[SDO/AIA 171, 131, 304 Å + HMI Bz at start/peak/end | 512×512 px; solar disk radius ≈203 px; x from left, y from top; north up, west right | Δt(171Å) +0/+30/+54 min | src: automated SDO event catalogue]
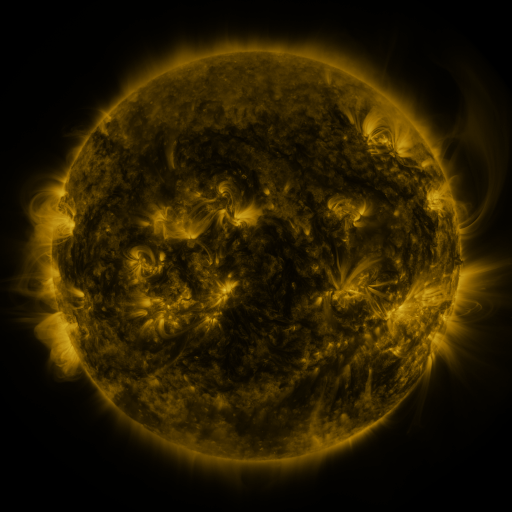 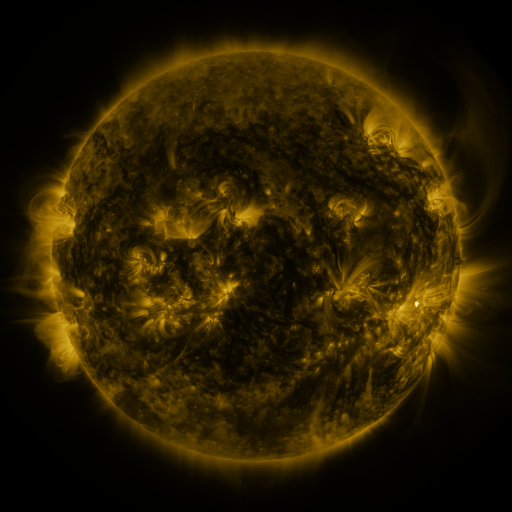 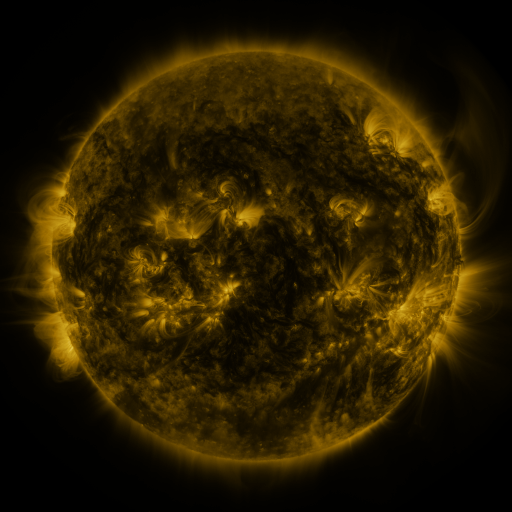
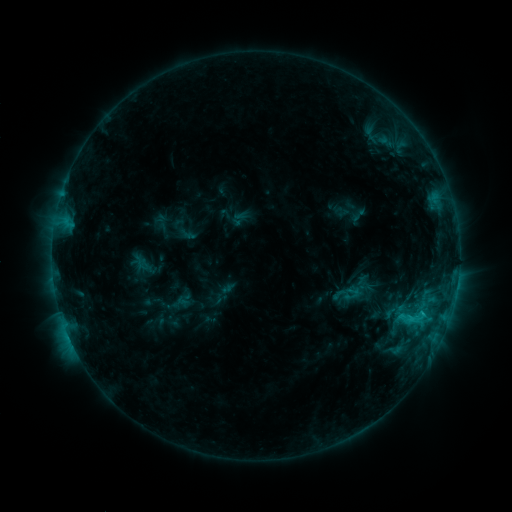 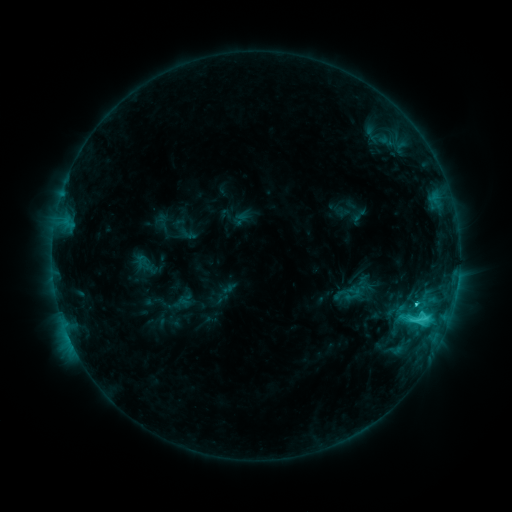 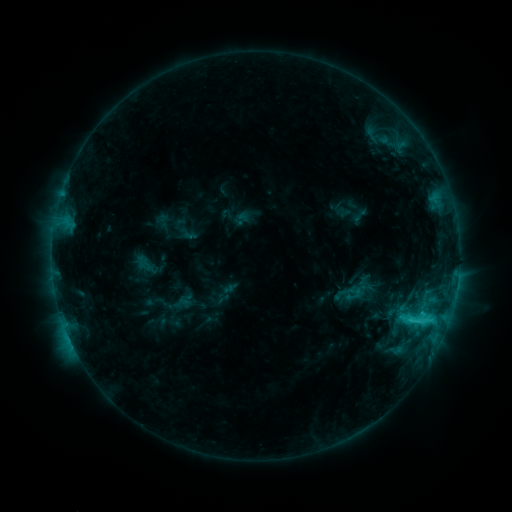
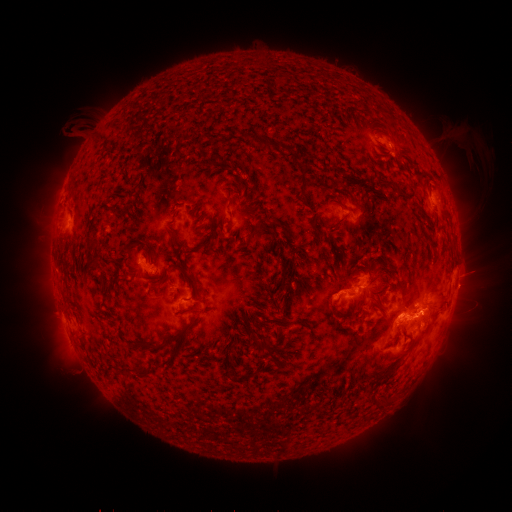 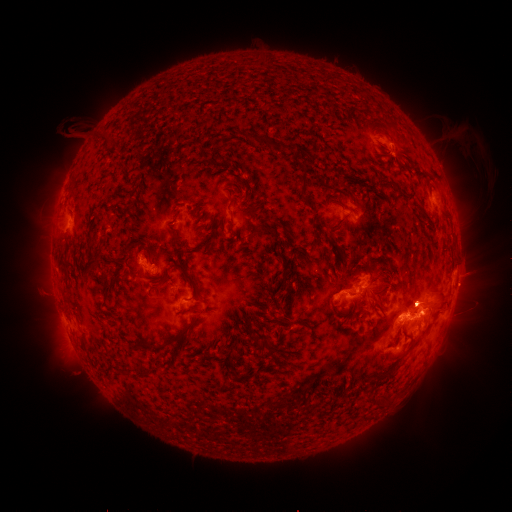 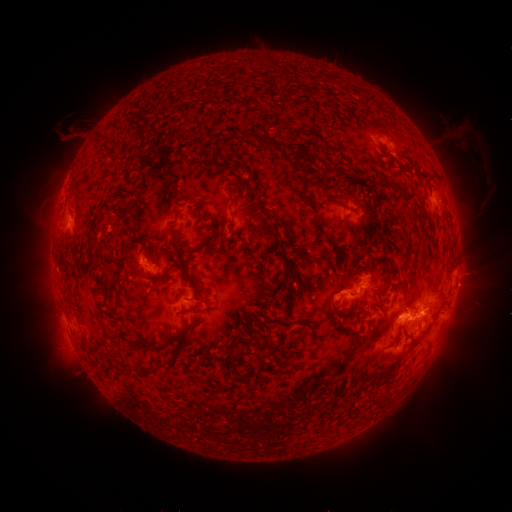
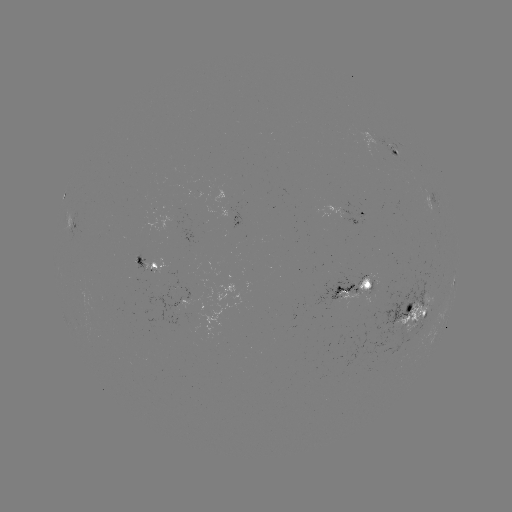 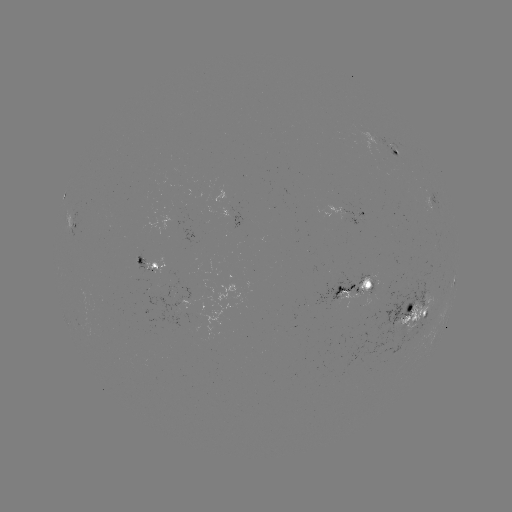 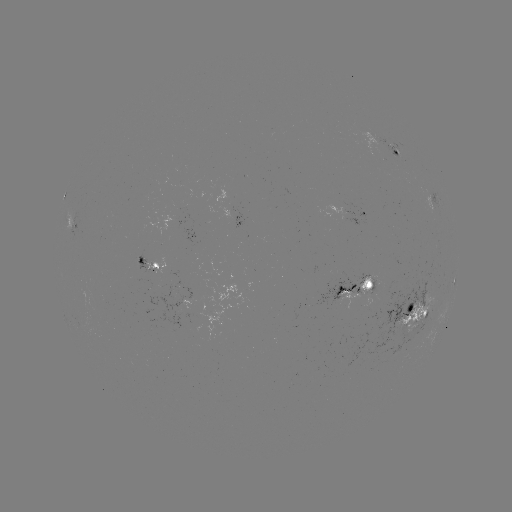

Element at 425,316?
C5.1 flare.